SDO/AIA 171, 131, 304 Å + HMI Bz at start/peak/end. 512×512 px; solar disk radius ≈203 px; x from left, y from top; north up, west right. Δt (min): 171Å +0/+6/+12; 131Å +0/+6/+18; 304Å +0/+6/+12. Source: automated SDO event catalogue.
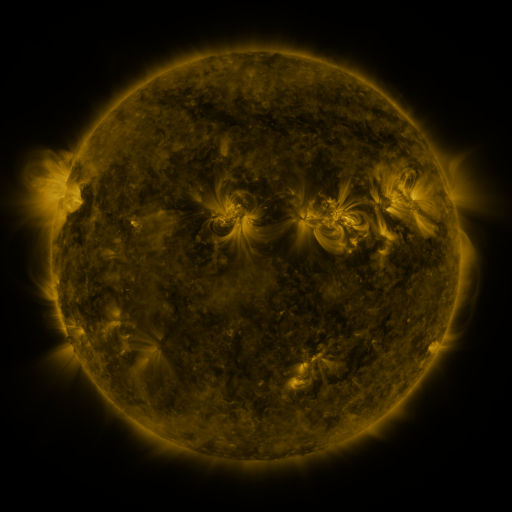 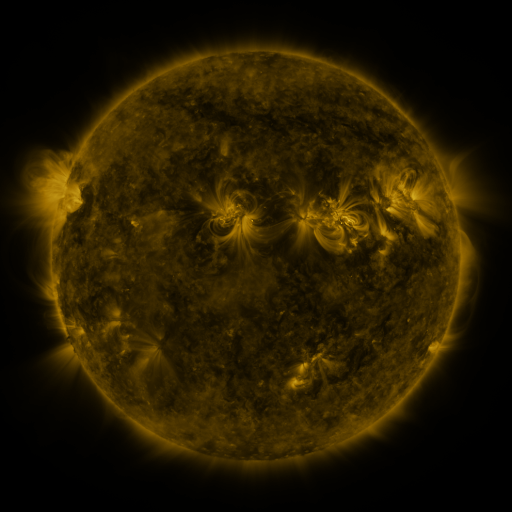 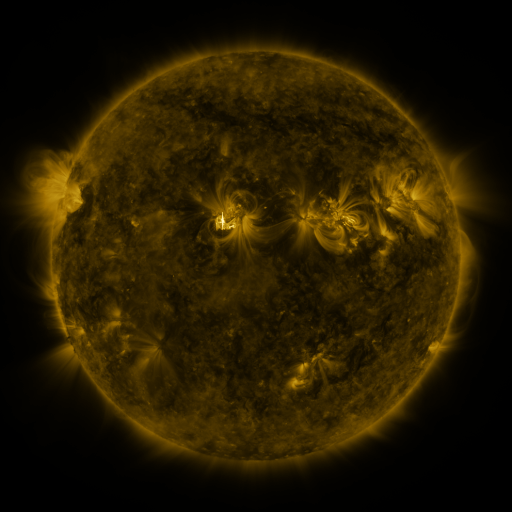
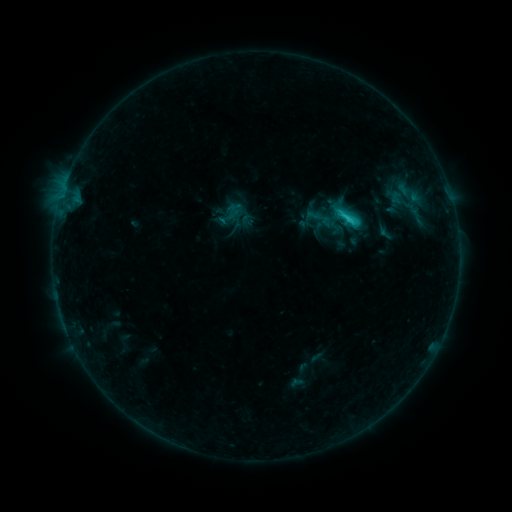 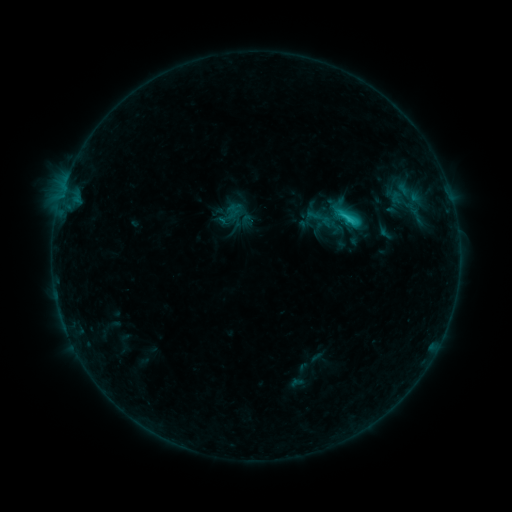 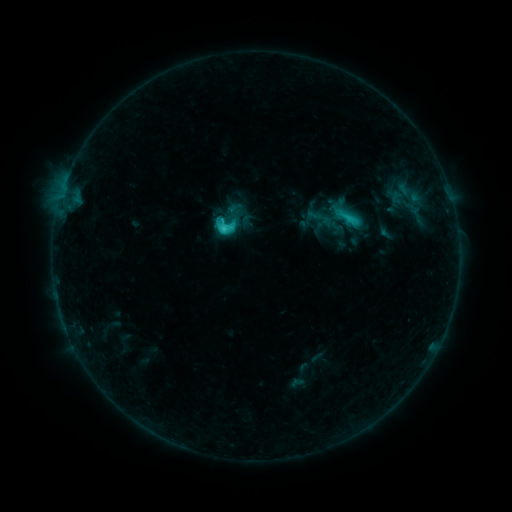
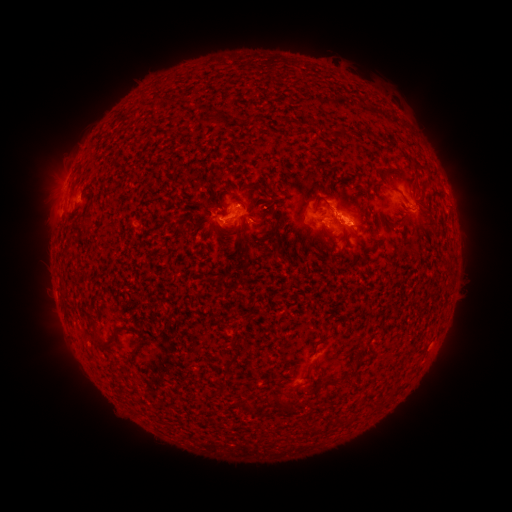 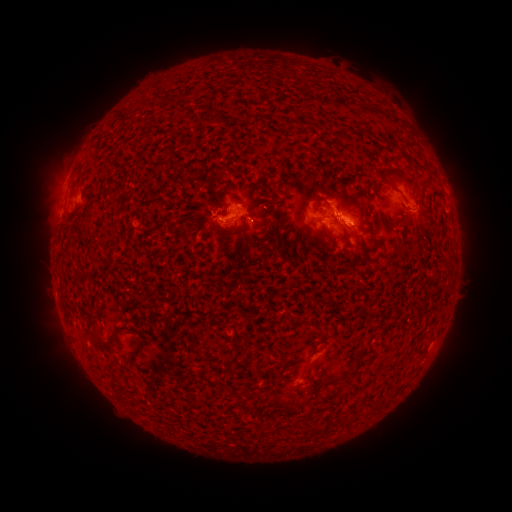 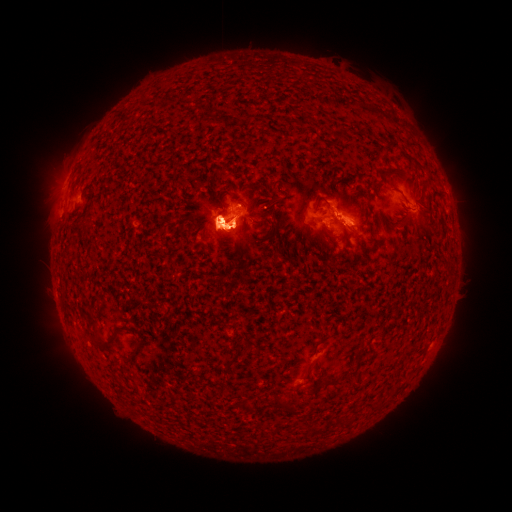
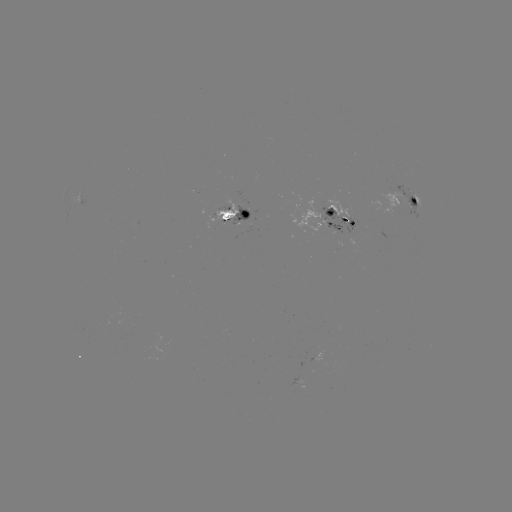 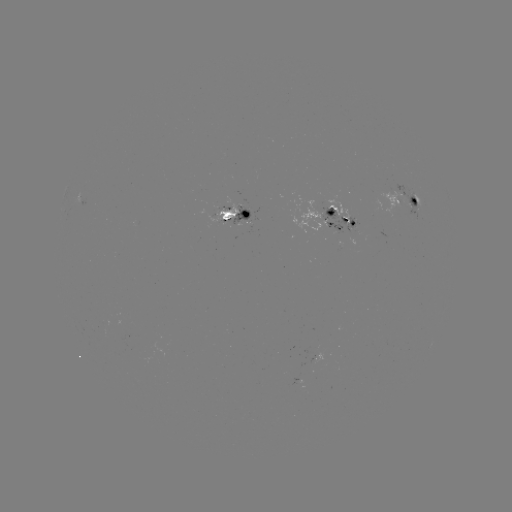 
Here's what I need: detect M1.7 flare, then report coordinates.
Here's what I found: M1.7 flare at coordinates [221, 219].